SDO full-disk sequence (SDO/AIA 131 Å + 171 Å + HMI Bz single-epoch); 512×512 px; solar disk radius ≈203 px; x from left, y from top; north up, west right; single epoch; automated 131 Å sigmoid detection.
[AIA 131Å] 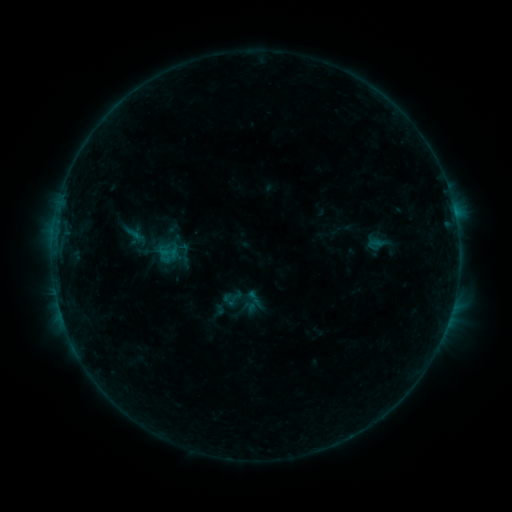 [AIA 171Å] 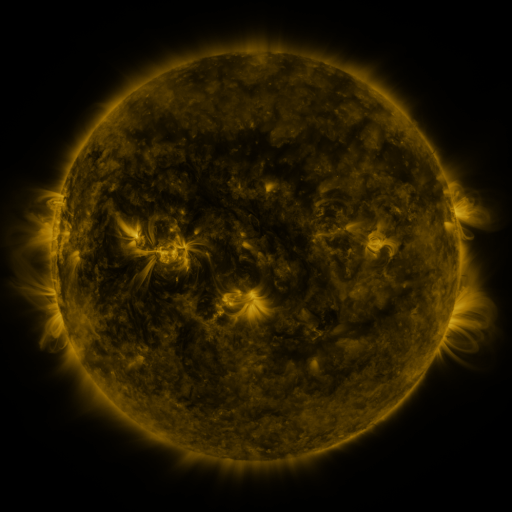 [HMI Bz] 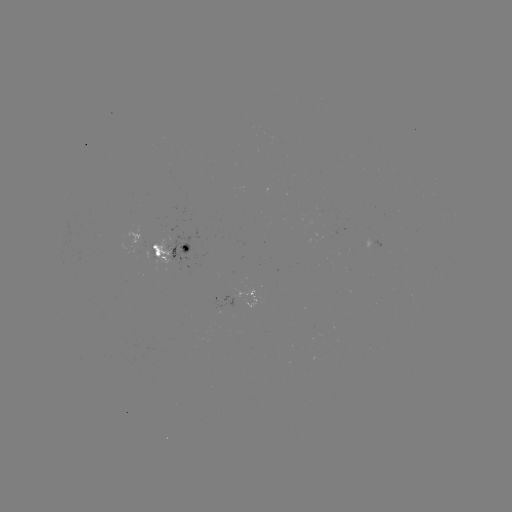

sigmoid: <bbox>127, 211, 187, 280</bbox>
